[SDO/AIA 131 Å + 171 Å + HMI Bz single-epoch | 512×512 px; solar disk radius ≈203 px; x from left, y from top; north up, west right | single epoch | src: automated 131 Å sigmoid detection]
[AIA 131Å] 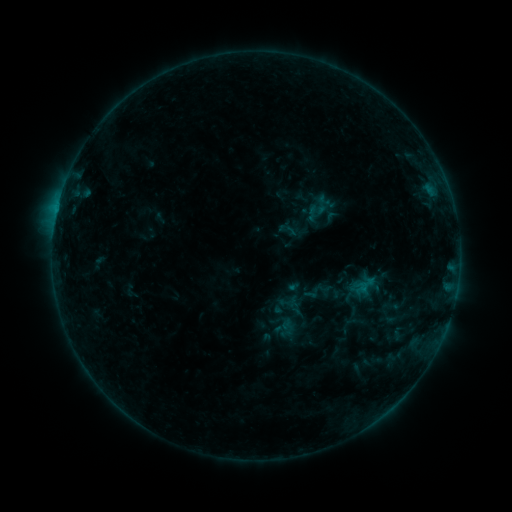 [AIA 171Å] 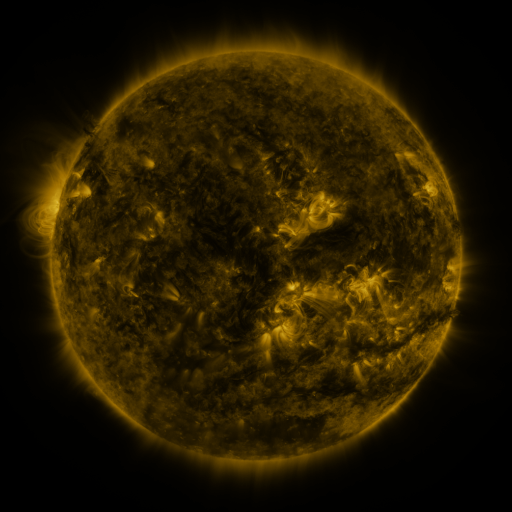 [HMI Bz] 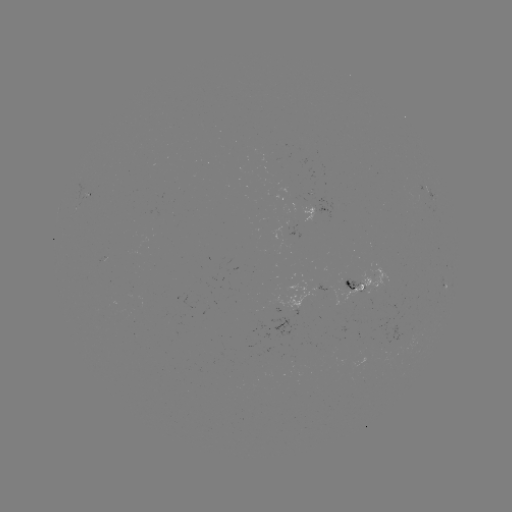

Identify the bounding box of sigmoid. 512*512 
[277, 220, 297, 240].